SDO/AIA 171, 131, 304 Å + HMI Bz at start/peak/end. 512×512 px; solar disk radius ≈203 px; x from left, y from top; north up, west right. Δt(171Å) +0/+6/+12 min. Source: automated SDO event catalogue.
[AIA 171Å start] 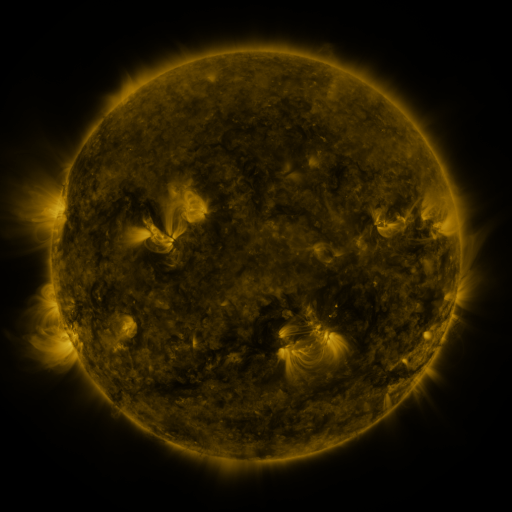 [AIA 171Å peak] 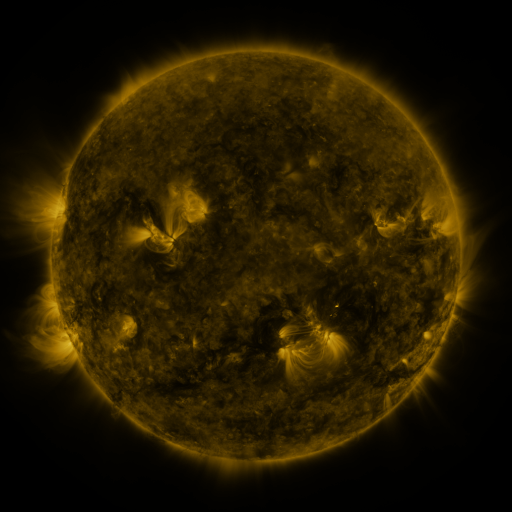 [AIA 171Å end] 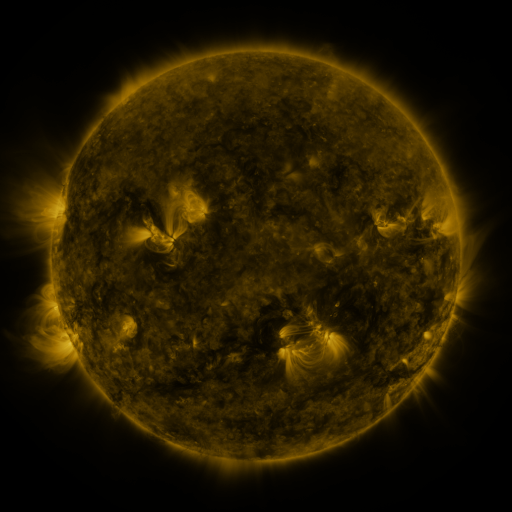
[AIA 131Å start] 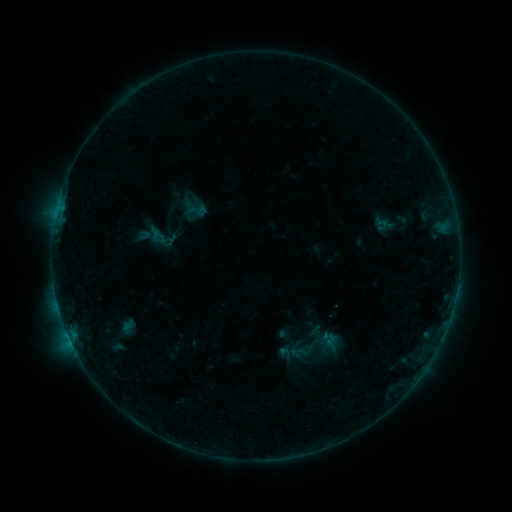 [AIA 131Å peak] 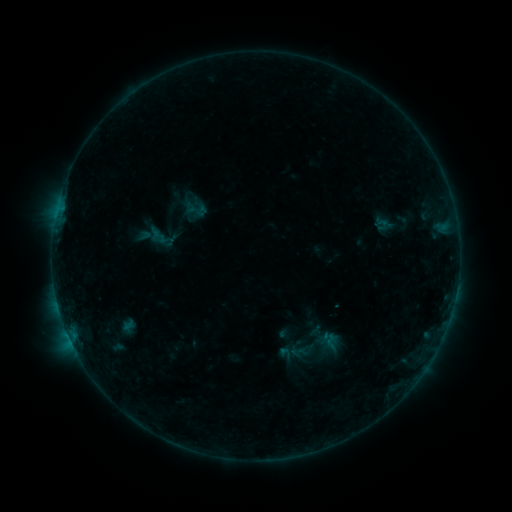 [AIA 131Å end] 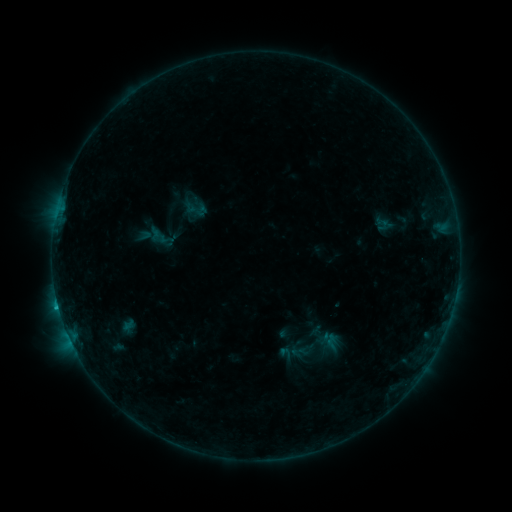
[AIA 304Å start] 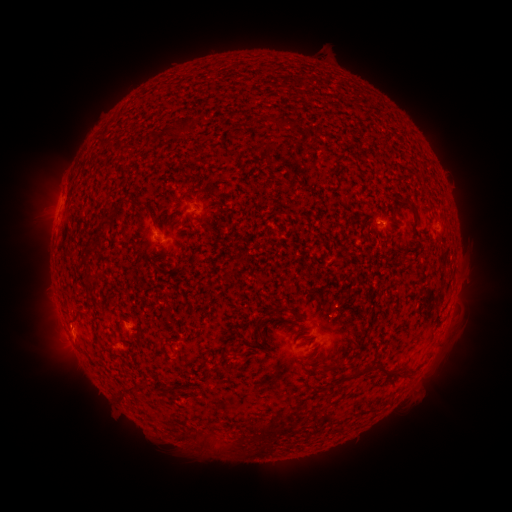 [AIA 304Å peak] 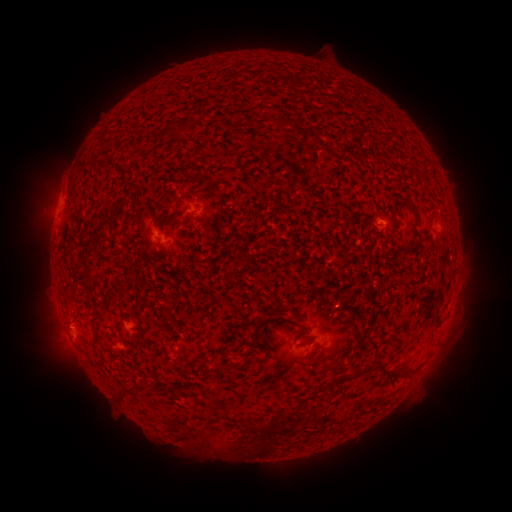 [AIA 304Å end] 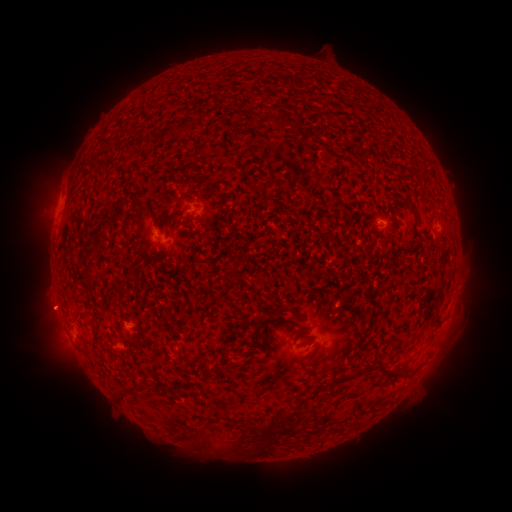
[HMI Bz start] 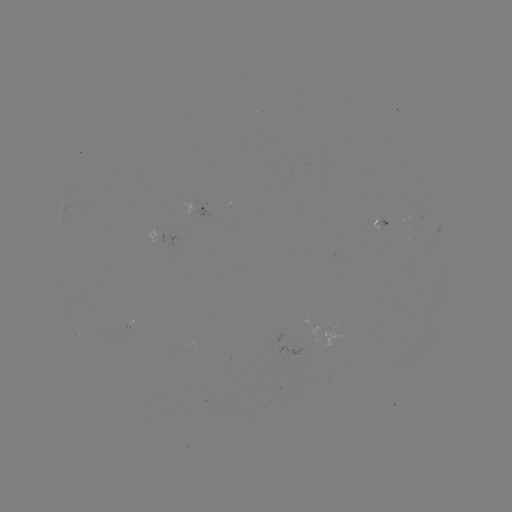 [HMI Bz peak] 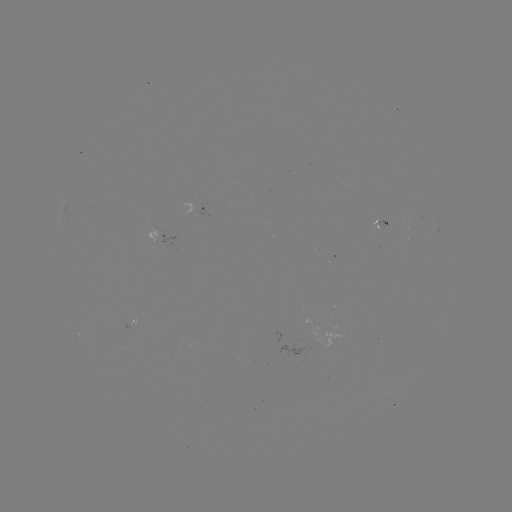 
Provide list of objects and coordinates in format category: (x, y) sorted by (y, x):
eruption: (64, 328)
